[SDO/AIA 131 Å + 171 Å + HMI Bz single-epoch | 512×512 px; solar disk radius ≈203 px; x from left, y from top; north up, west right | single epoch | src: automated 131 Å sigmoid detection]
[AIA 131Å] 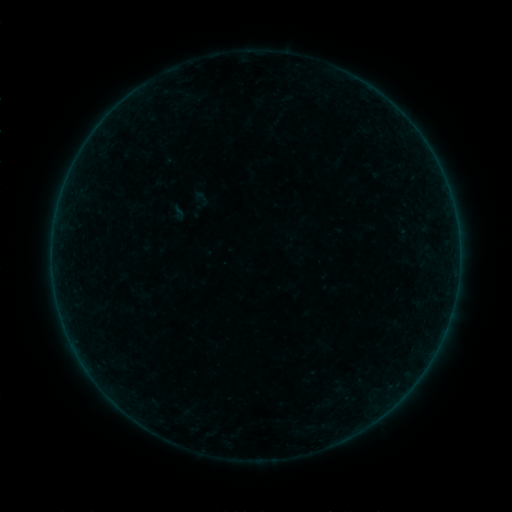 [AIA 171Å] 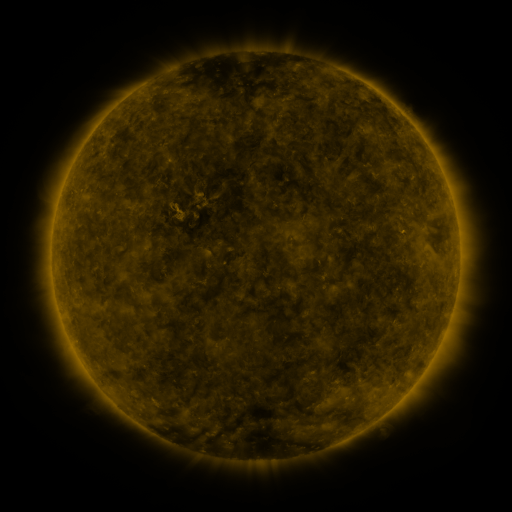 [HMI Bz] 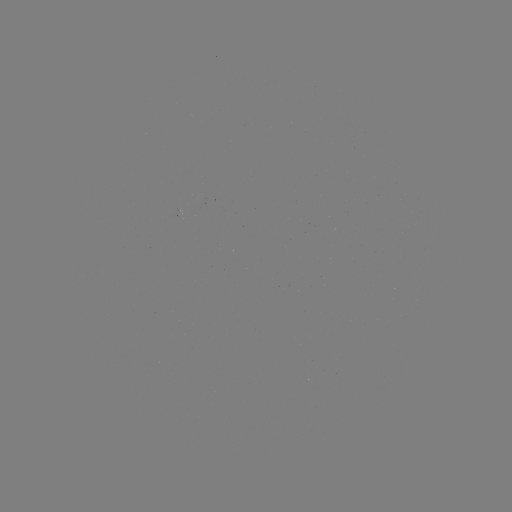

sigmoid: [167, 201, 188, 223]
